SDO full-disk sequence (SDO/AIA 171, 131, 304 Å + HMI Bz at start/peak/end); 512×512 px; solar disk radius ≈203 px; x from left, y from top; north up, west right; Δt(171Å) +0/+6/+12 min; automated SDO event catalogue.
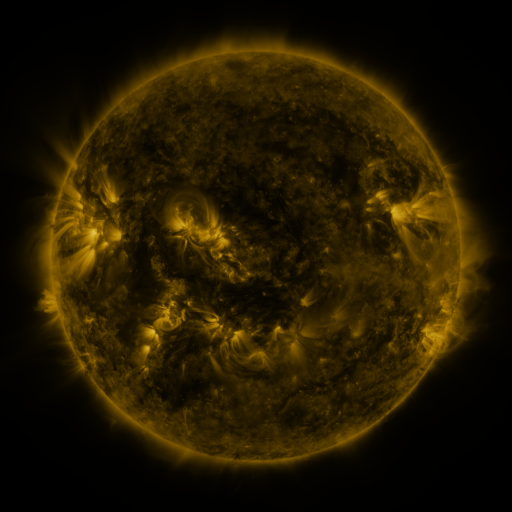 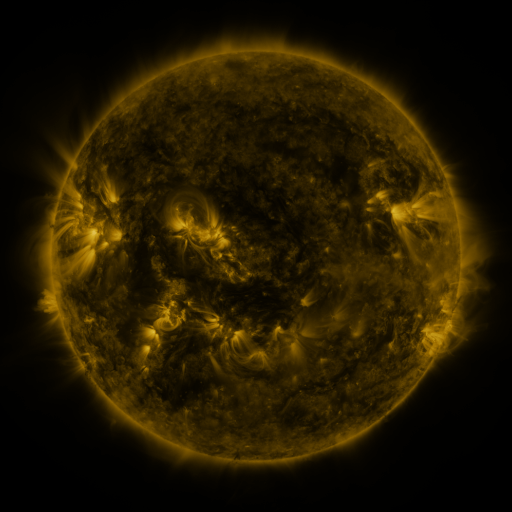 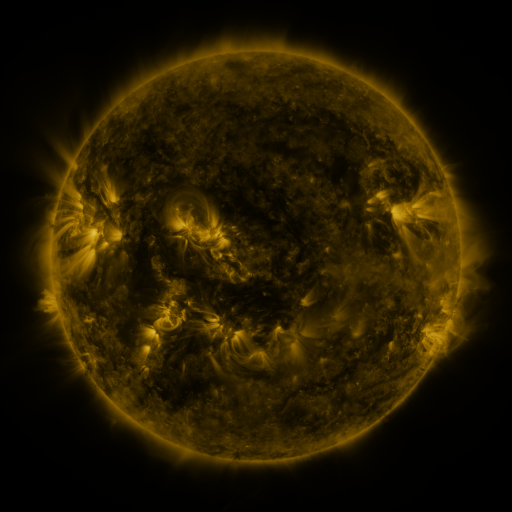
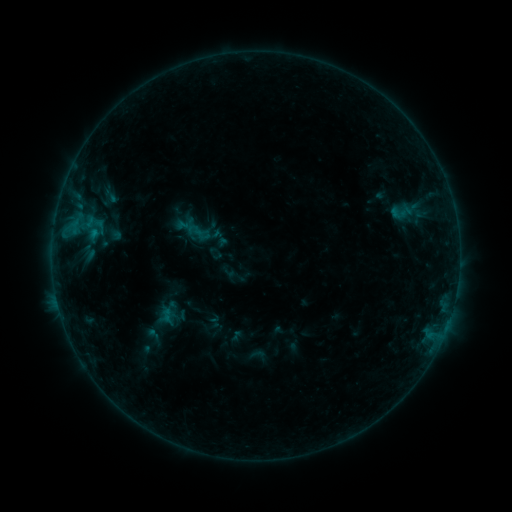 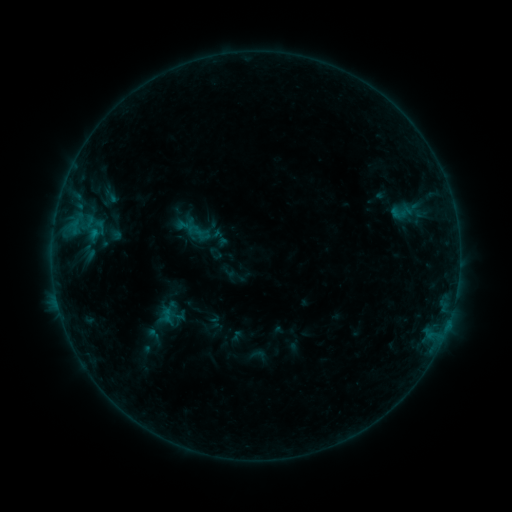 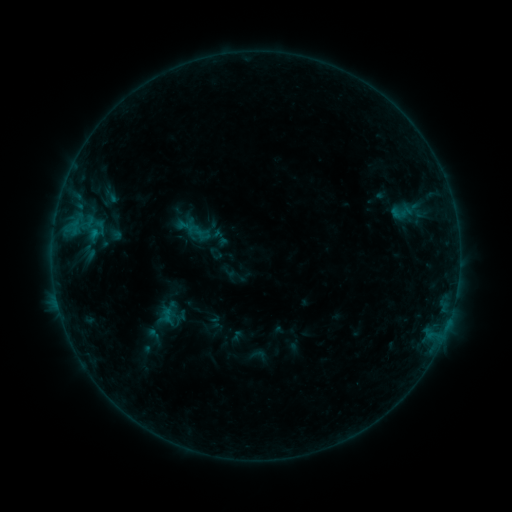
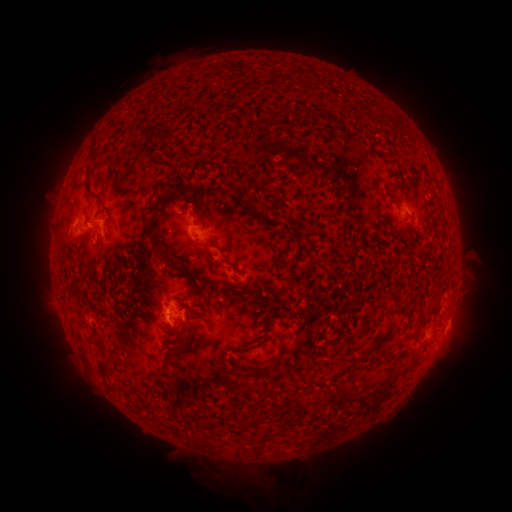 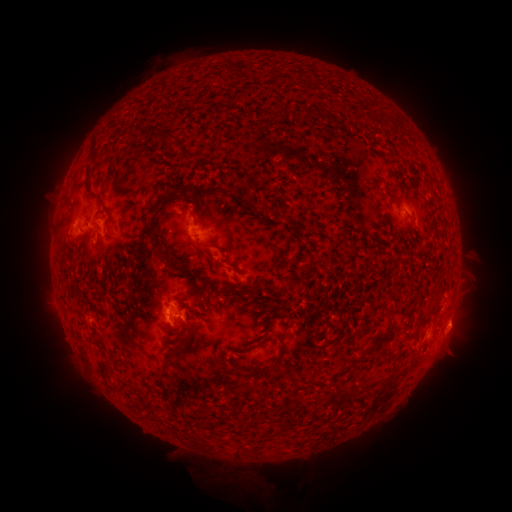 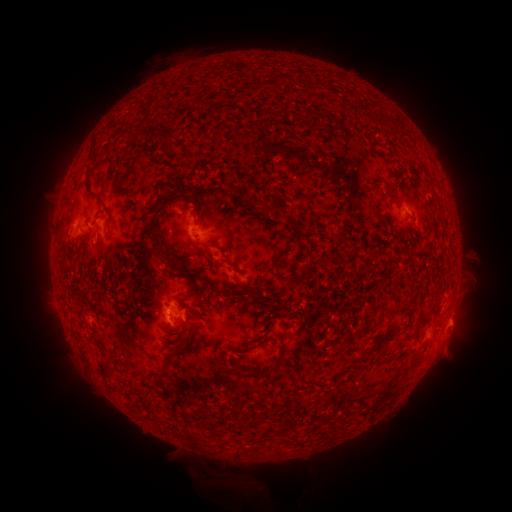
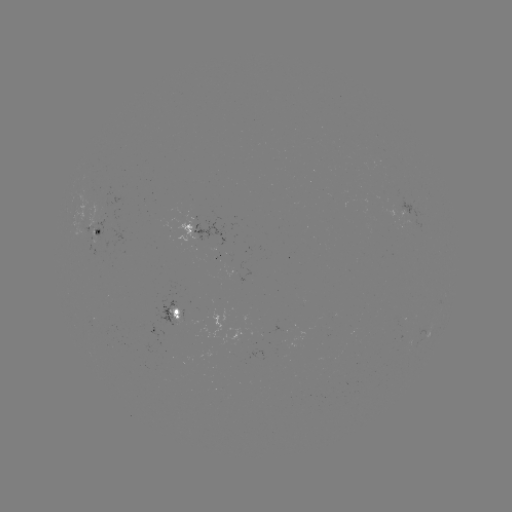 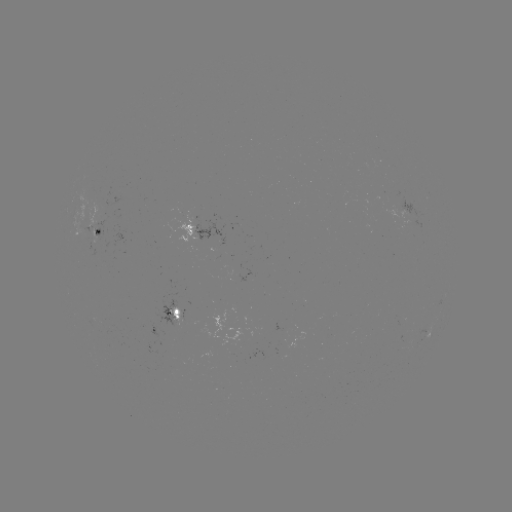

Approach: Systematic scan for eruption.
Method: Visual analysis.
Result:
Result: eruption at [459, 325].